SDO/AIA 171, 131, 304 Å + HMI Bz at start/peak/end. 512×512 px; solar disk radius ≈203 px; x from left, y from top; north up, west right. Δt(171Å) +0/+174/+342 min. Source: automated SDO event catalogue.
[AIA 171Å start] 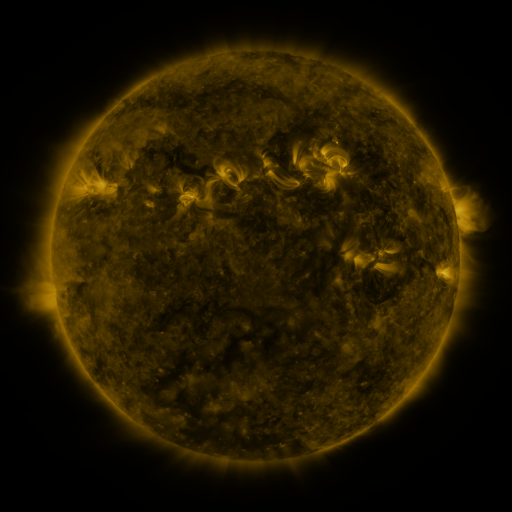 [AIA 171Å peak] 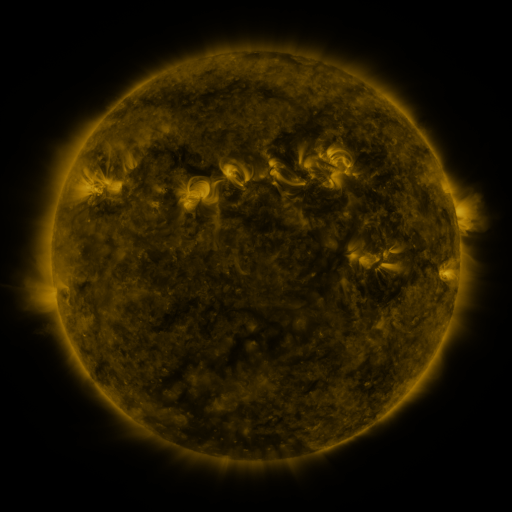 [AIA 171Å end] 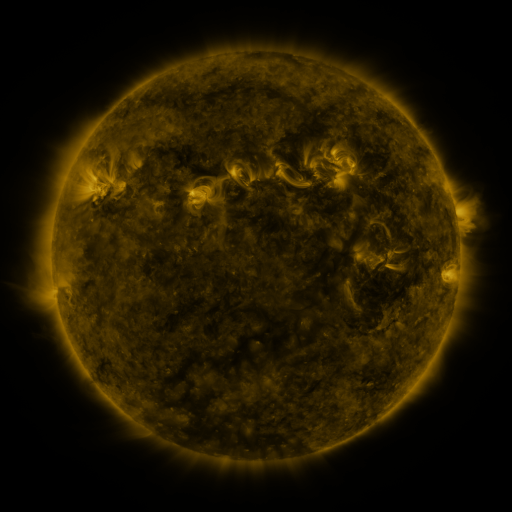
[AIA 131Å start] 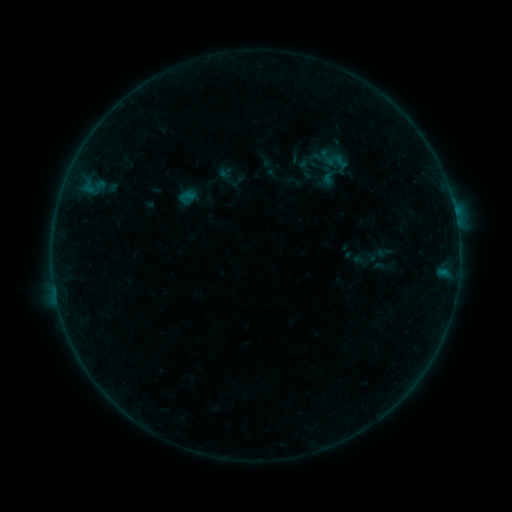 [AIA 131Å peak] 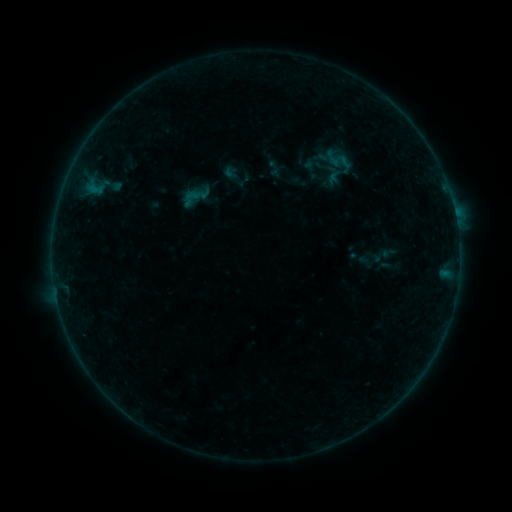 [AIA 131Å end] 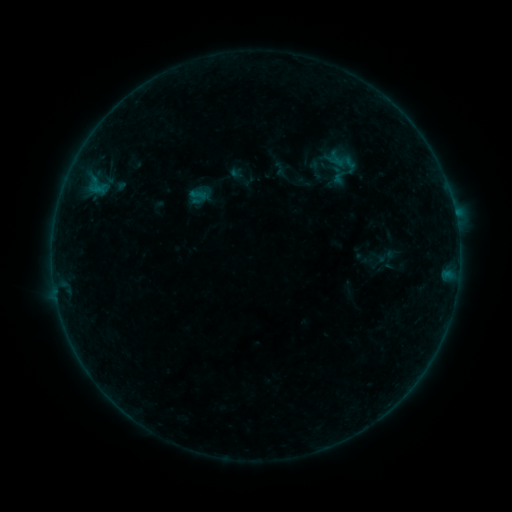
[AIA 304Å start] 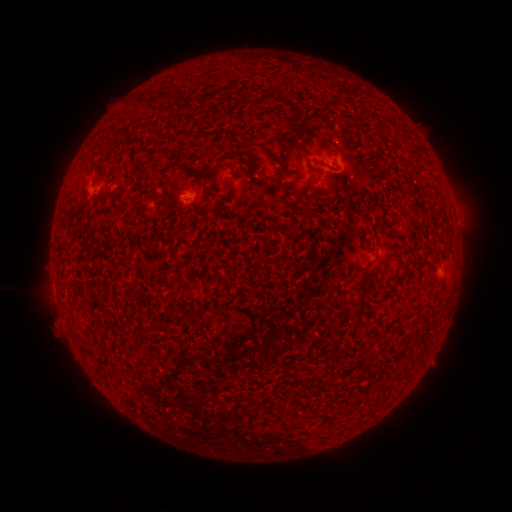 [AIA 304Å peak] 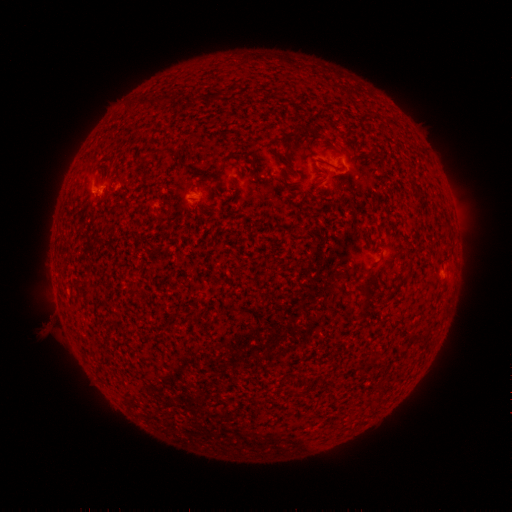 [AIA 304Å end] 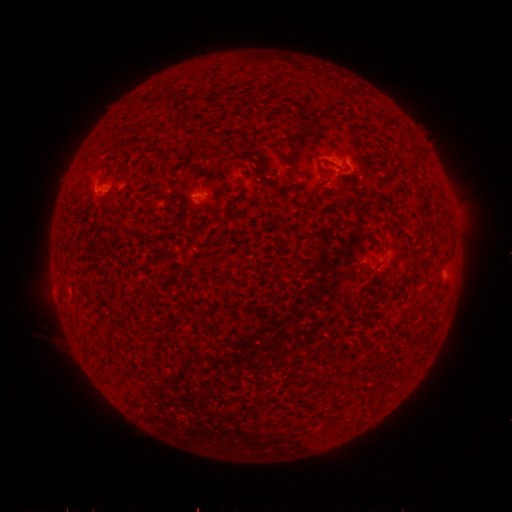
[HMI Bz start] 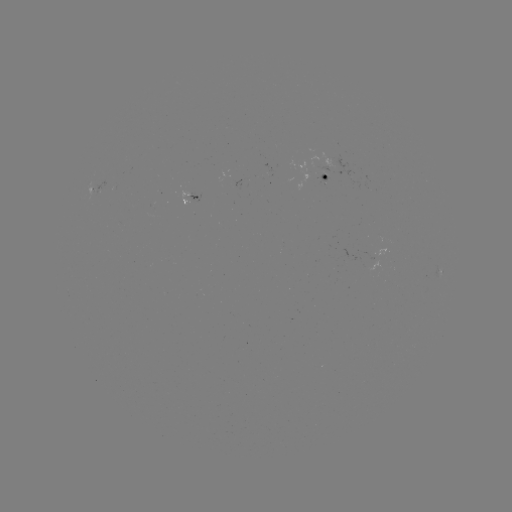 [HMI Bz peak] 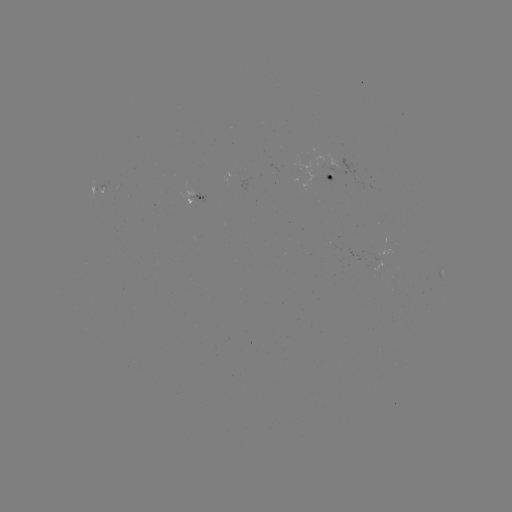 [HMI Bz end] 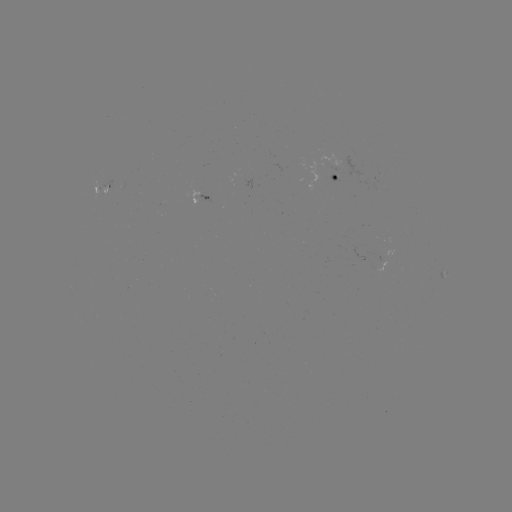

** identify filament eruption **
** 63,321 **